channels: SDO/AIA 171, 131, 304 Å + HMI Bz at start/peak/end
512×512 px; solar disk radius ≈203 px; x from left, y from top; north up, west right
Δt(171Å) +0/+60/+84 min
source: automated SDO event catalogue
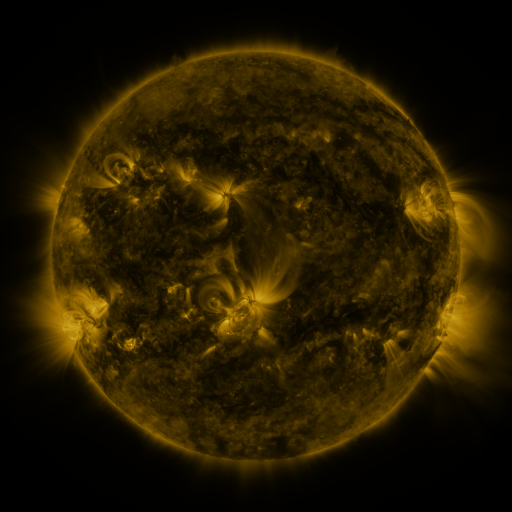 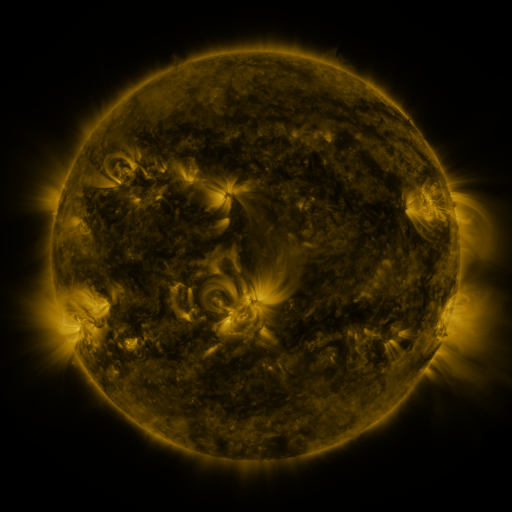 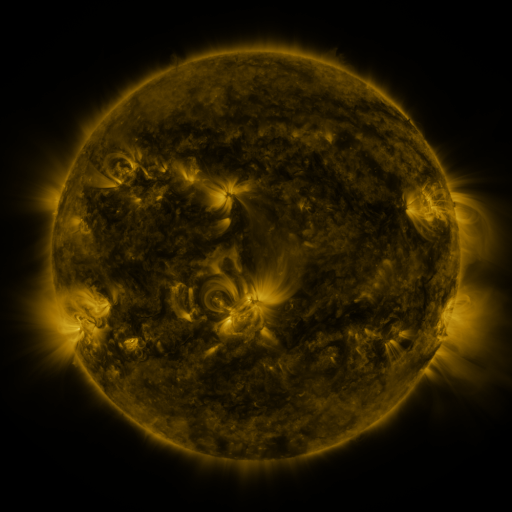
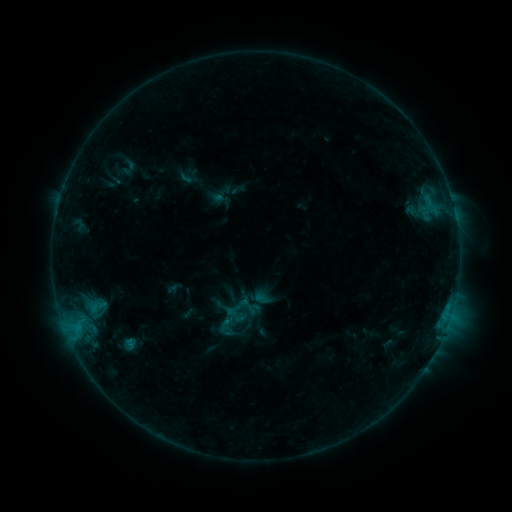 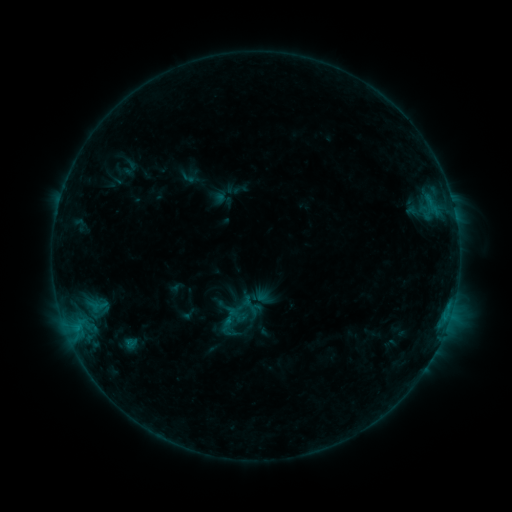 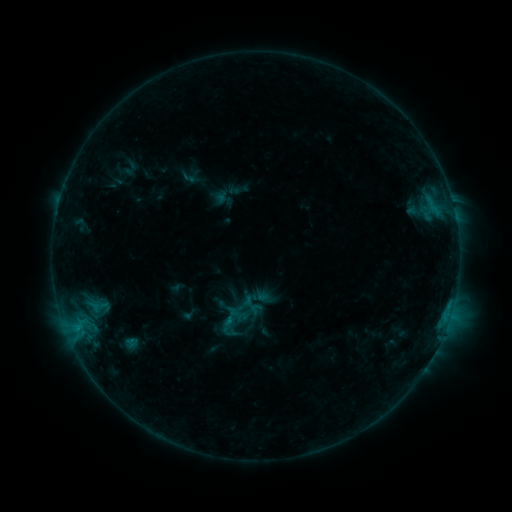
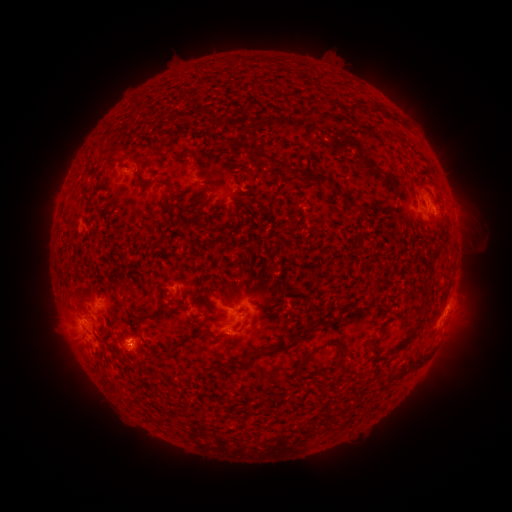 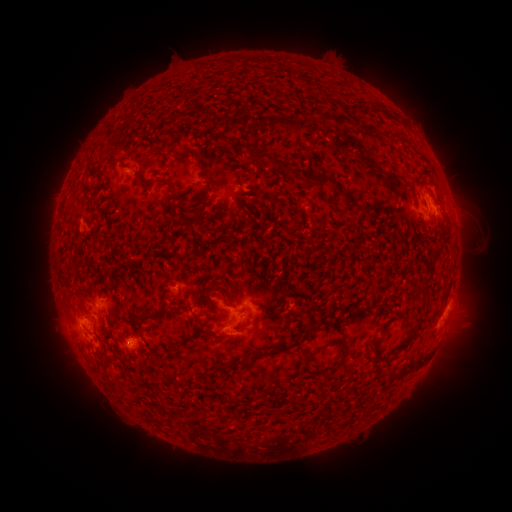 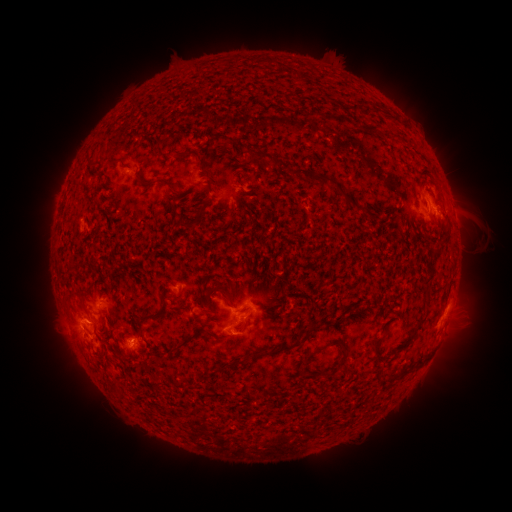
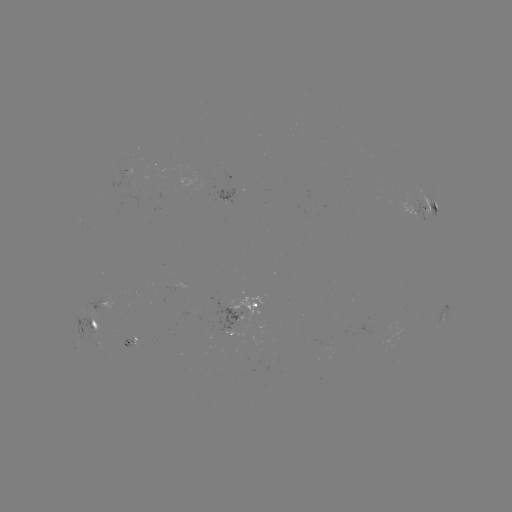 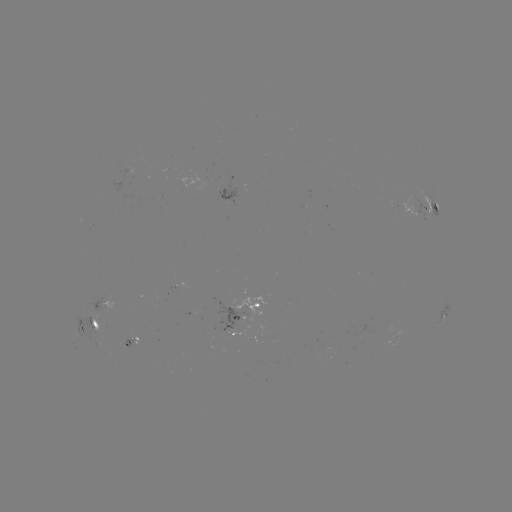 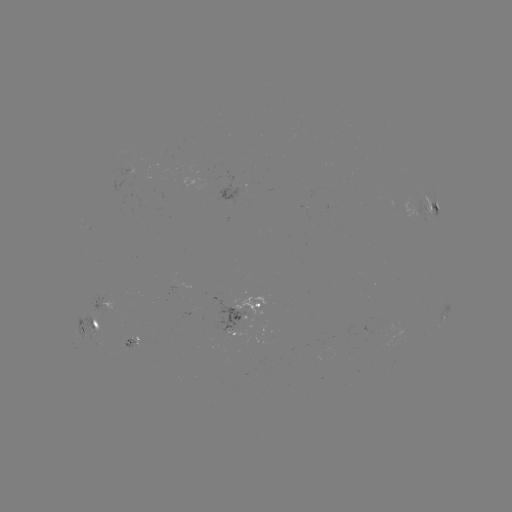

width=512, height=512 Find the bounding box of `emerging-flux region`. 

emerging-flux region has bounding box [182, 313, 194, 315].